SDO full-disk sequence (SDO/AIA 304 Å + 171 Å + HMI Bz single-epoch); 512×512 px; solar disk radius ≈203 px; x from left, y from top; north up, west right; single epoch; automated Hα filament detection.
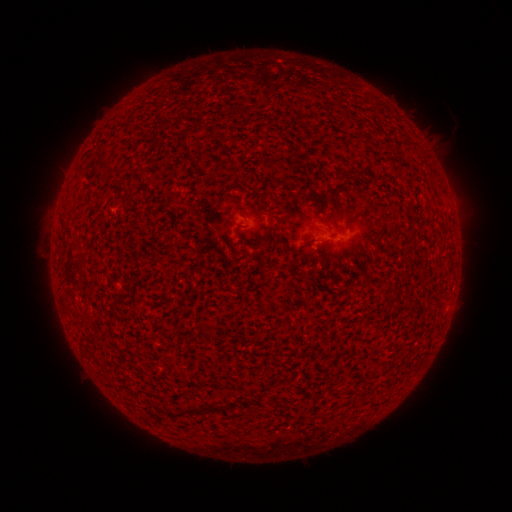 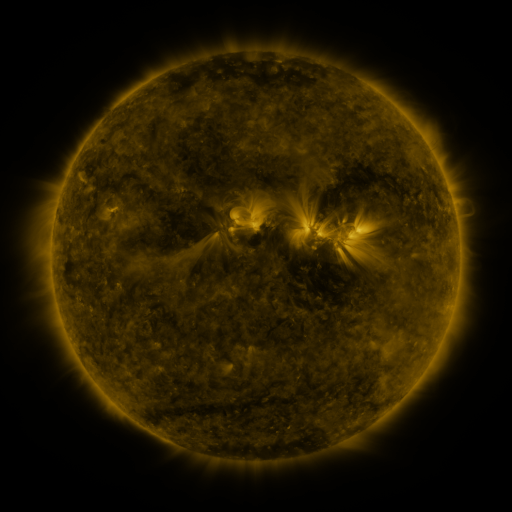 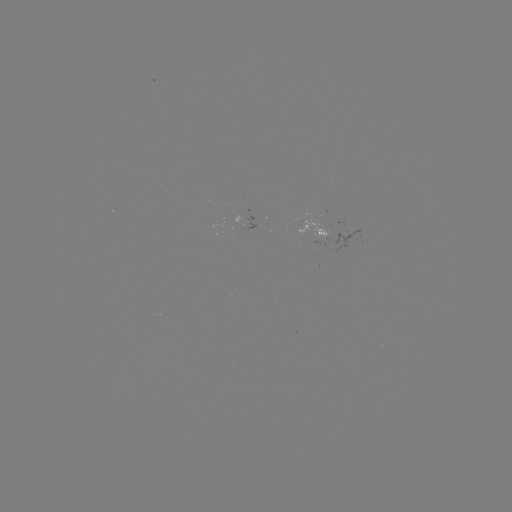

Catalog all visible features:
filament: (360, 174)
filament: (346, 176)
filament: (272, 227)
filament: (201, 410)
